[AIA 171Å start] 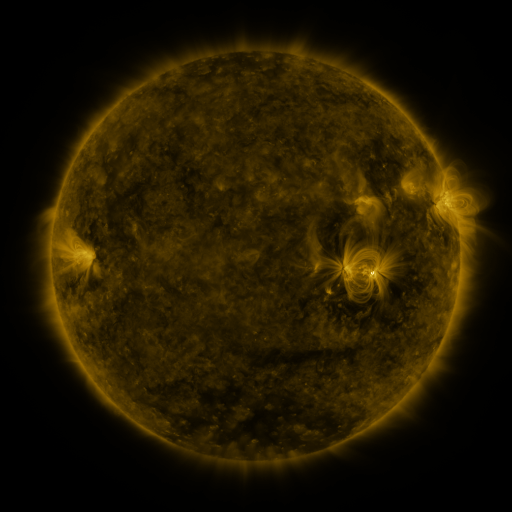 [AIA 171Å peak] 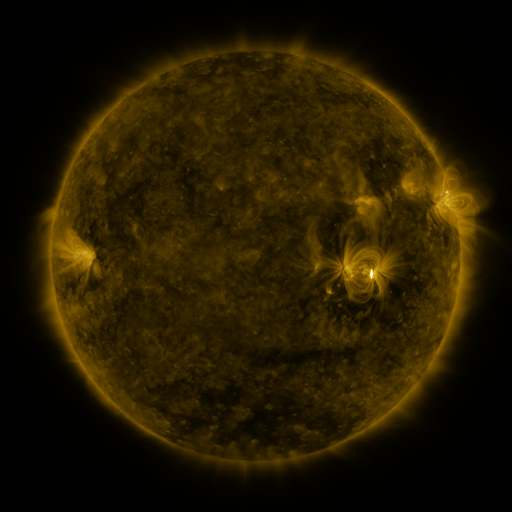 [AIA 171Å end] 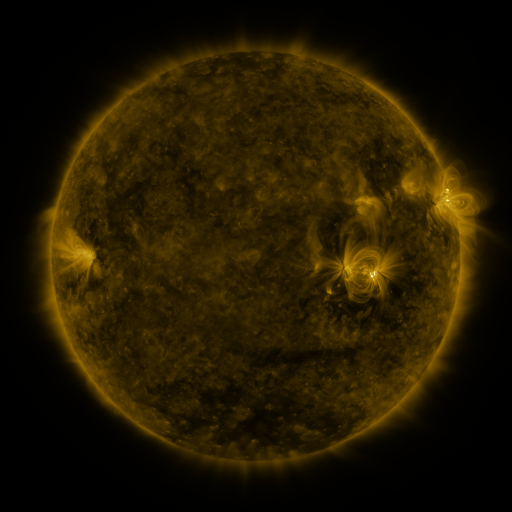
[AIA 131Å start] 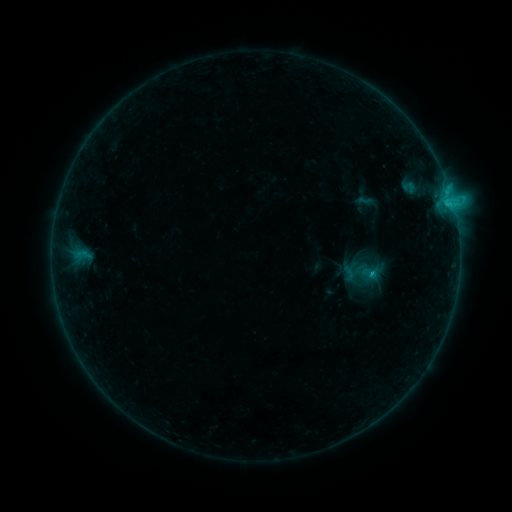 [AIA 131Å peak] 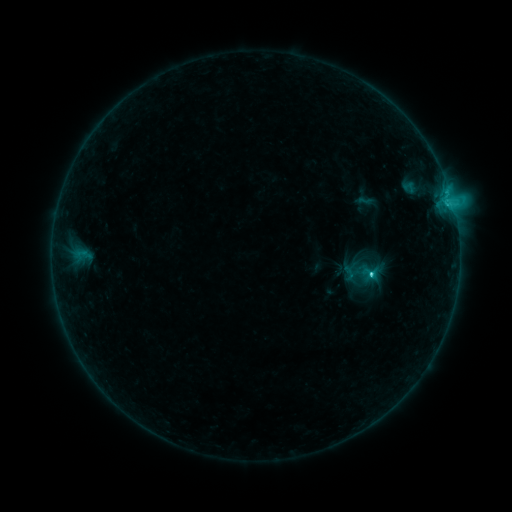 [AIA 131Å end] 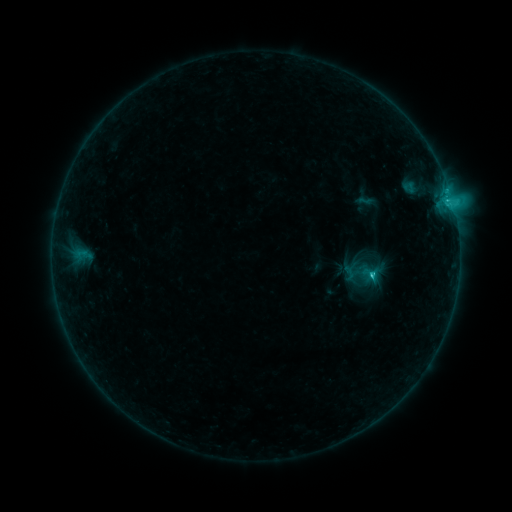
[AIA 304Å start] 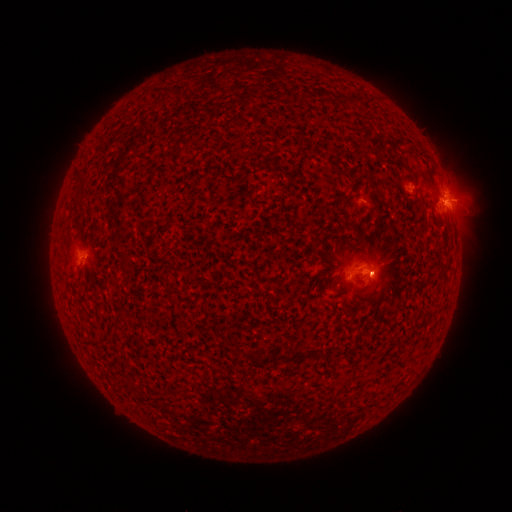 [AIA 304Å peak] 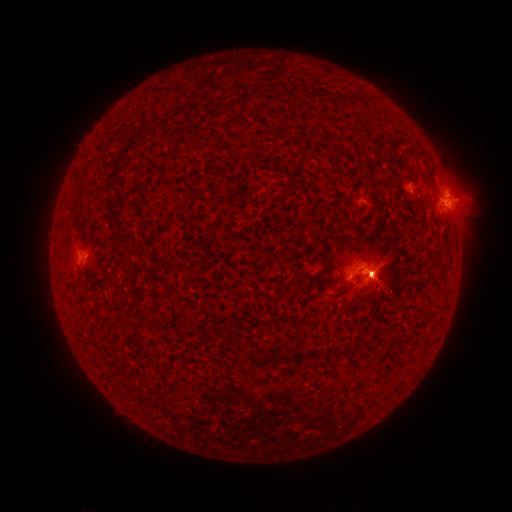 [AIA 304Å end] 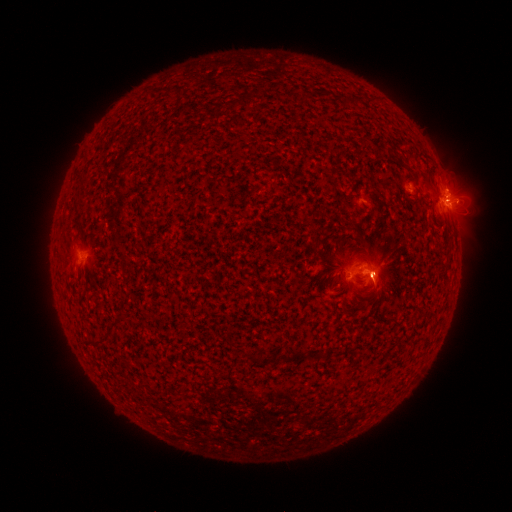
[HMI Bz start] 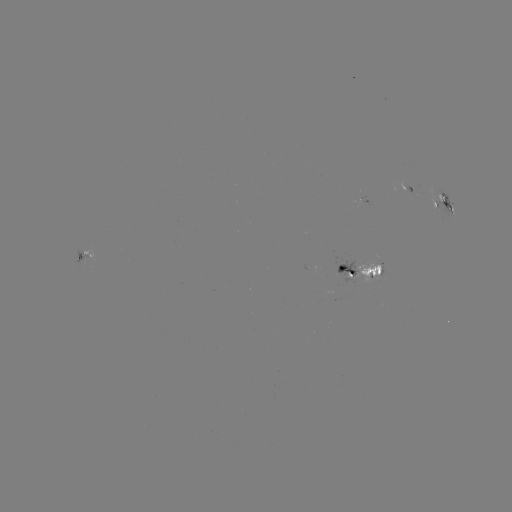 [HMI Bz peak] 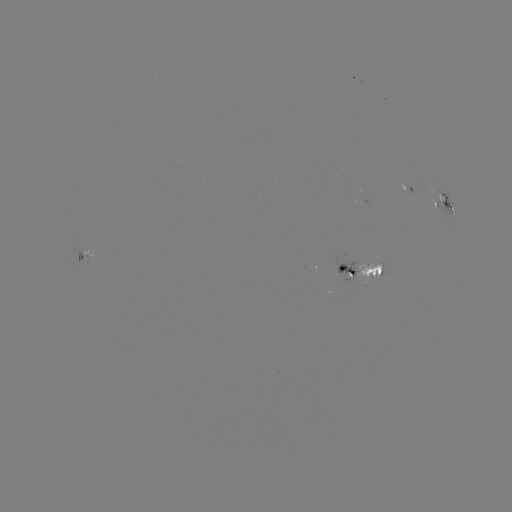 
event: flare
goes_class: C2.6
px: (371, 272)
